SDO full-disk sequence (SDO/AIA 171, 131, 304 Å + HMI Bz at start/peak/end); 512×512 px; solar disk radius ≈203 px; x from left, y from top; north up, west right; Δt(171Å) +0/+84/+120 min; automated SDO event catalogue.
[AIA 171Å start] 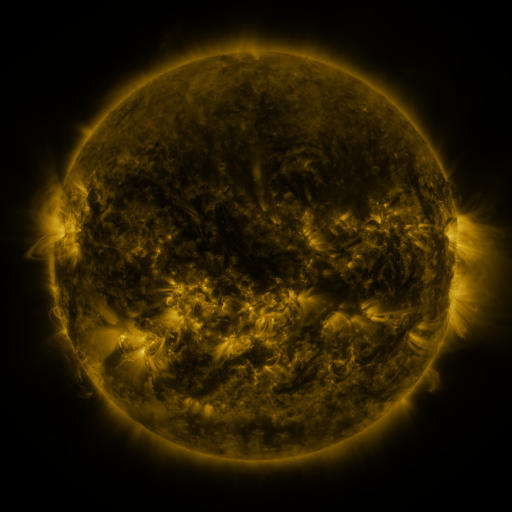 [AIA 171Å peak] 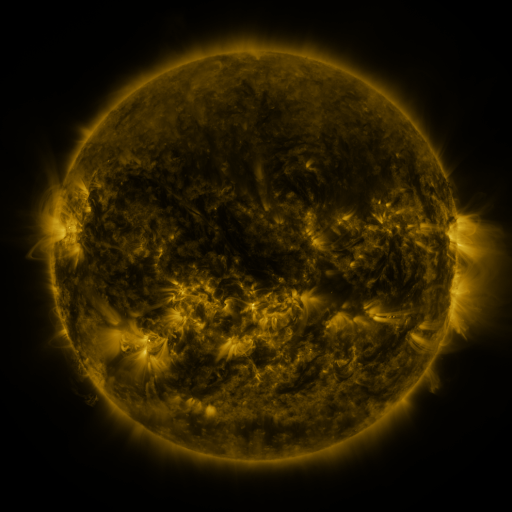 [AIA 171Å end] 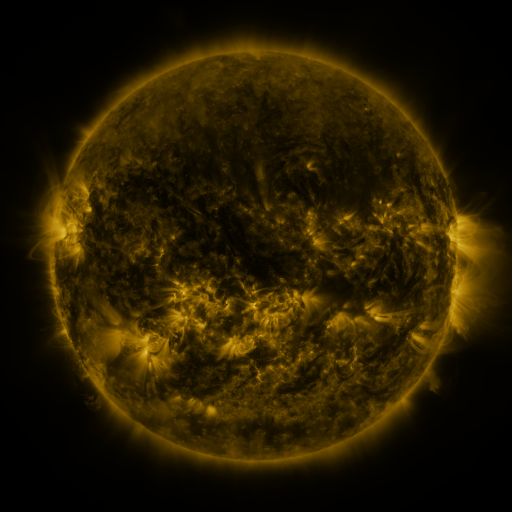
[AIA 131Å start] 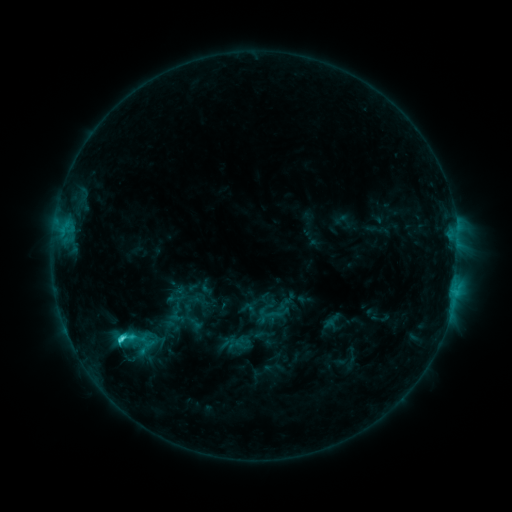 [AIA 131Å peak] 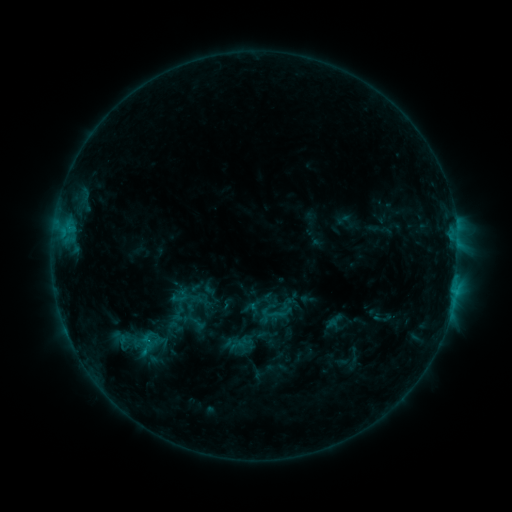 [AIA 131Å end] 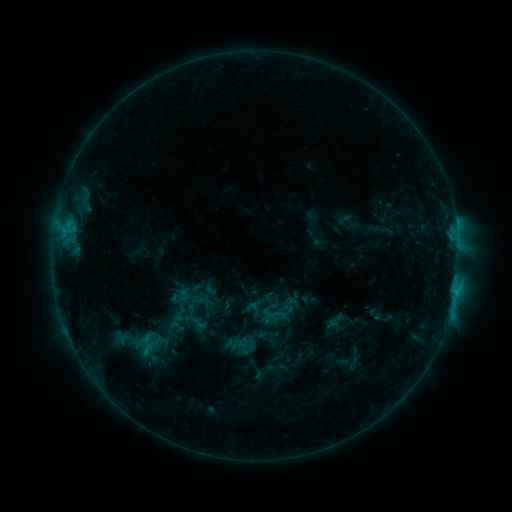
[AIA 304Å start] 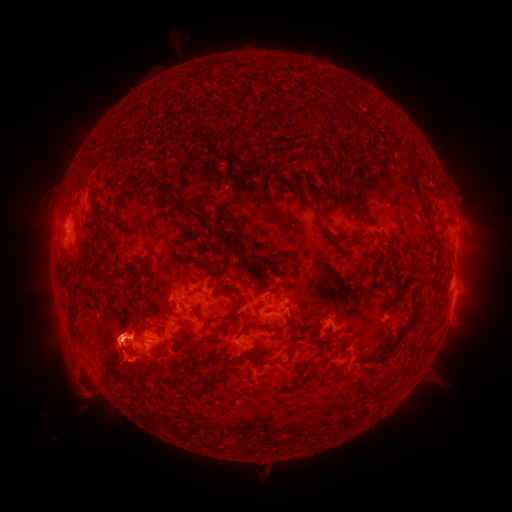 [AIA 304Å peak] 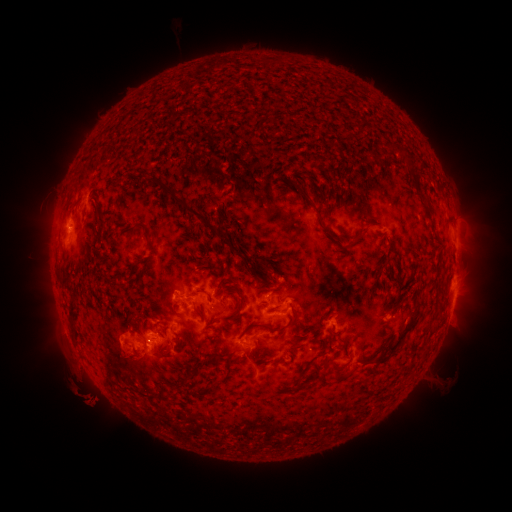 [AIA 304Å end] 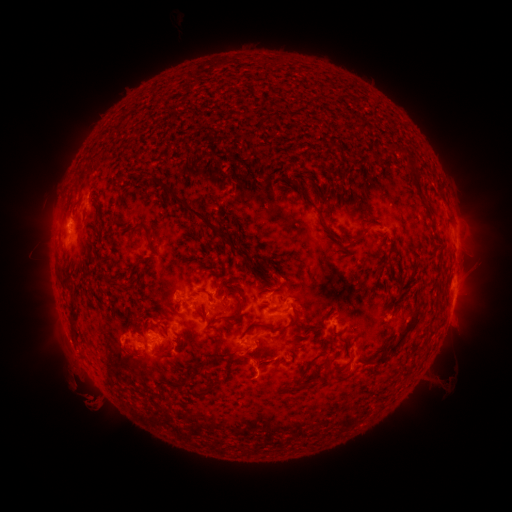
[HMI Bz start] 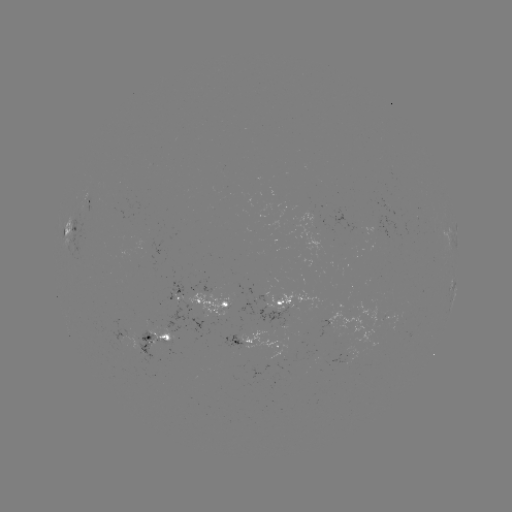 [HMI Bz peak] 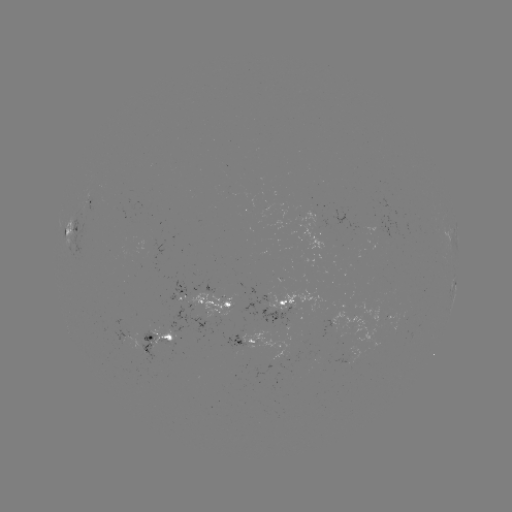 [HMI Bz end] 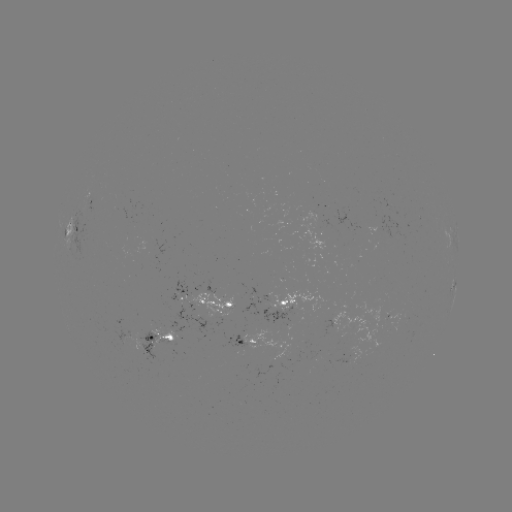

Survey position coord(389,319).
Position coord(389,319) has emerging-flux region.